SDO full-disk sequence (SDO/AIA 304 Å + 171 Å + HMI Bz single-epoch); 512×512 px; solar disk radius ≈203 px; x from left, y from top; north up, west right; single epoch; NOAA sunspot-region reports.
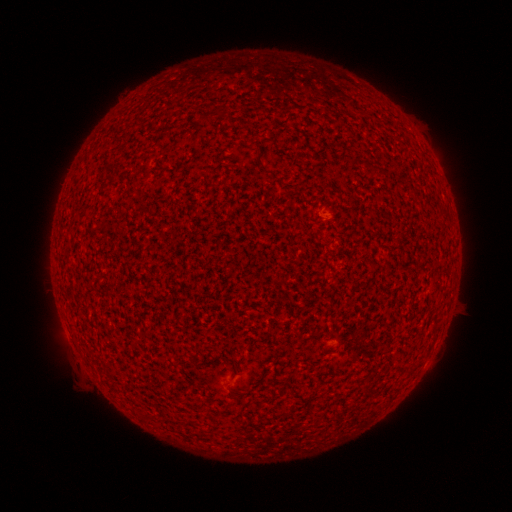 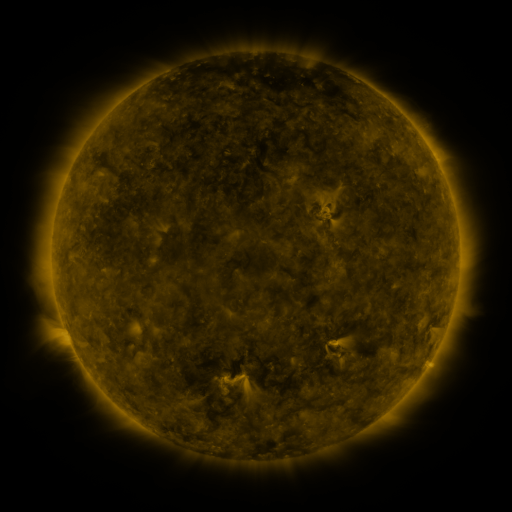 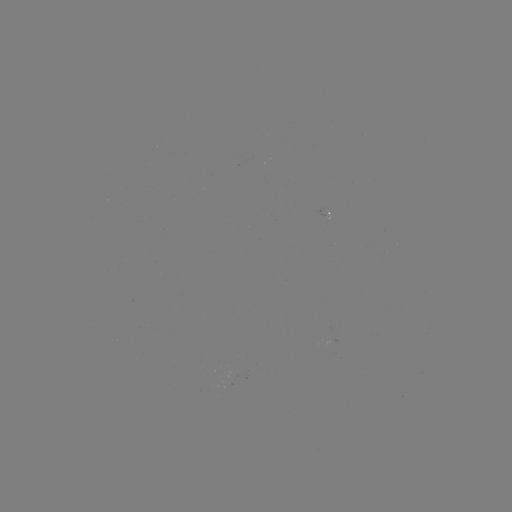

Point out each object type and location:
(none)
